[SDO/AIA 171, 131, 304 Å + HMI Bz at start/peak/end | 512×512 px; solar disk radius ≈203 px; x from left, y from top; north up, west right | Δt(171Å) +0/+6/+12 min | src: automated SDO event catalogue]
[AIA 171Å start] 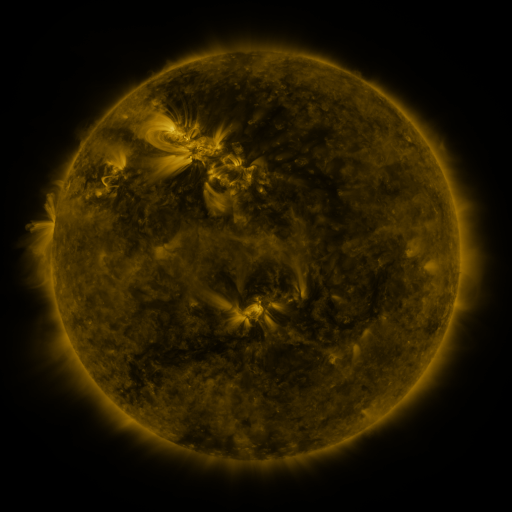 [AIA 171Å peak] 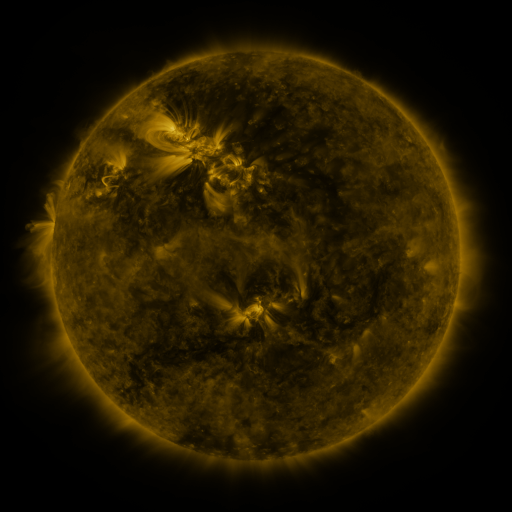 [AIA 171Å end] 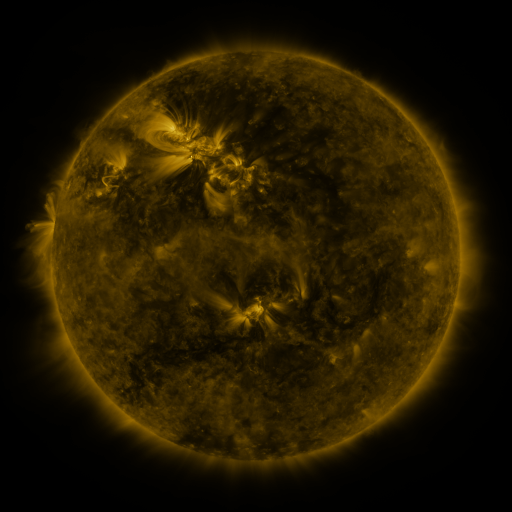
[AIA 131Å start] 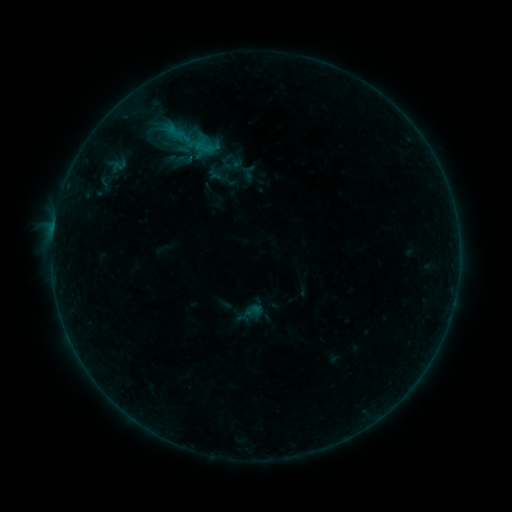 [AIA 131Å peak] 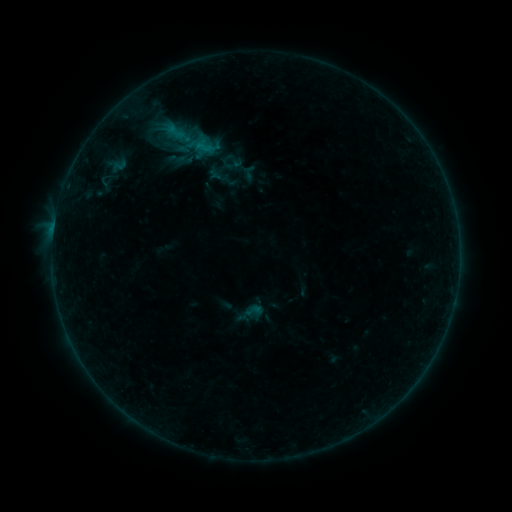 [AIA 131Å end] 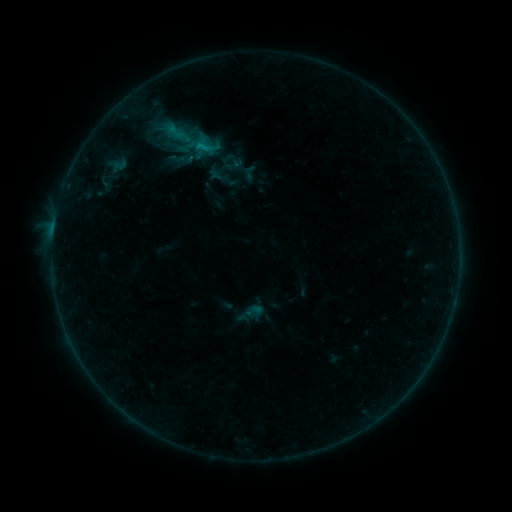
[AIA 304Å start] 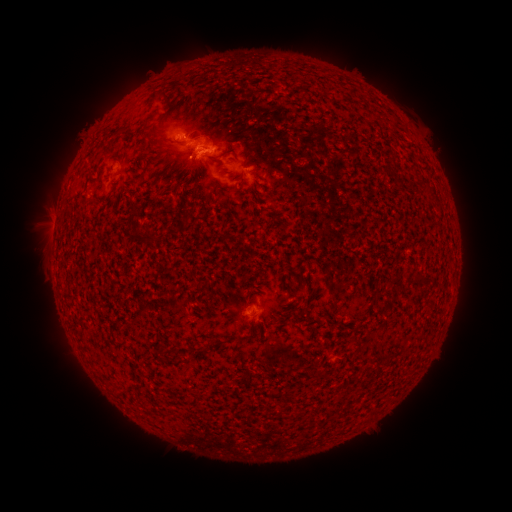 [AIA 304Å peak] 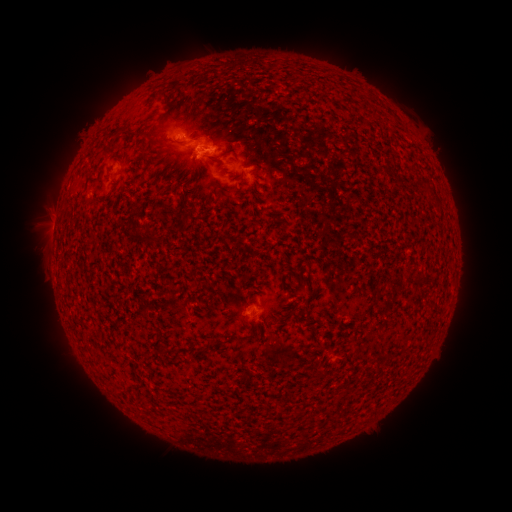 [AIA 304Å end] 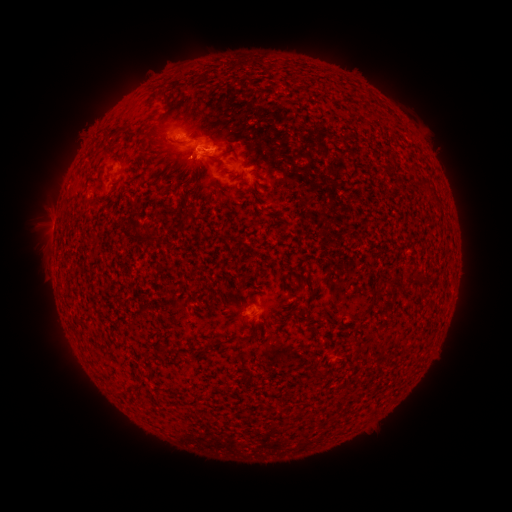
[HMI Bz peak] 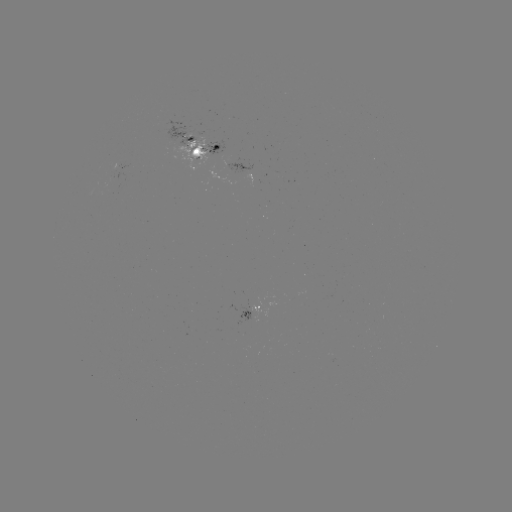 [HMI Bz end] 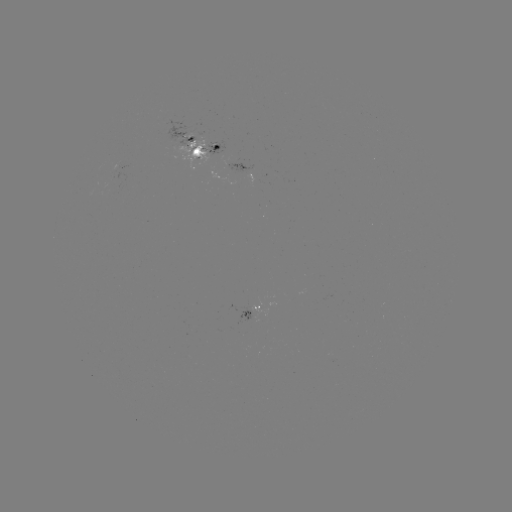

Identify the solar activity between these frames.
no catalogued flare and no flagged EUV brightening in this window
